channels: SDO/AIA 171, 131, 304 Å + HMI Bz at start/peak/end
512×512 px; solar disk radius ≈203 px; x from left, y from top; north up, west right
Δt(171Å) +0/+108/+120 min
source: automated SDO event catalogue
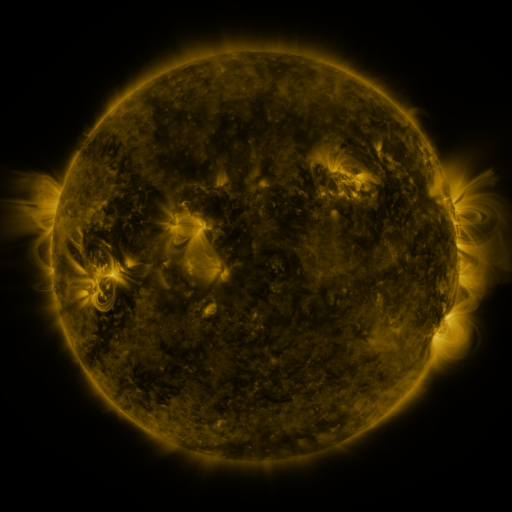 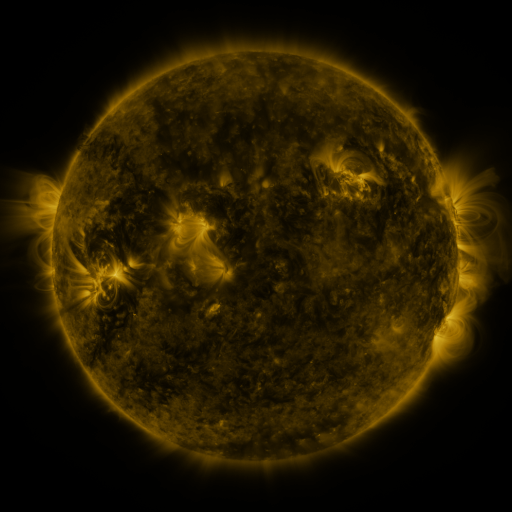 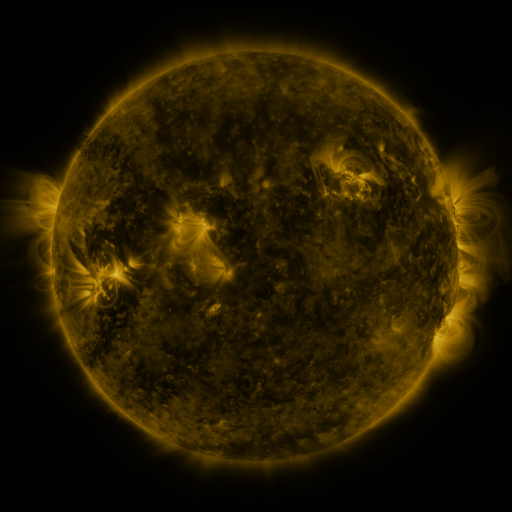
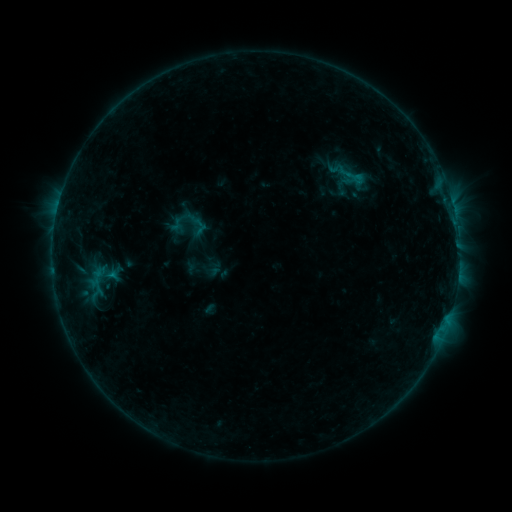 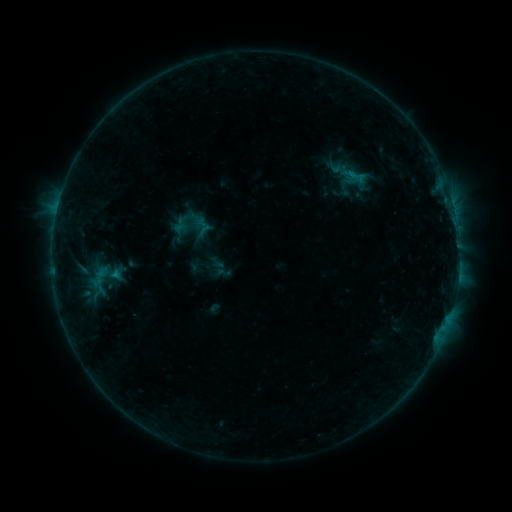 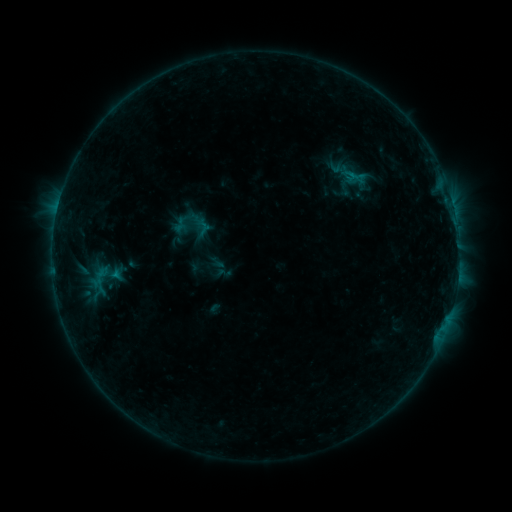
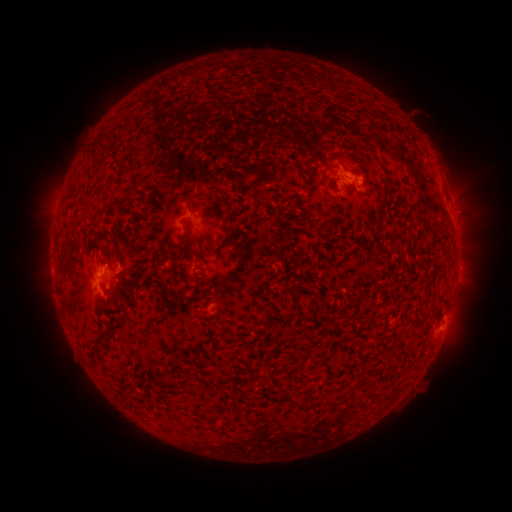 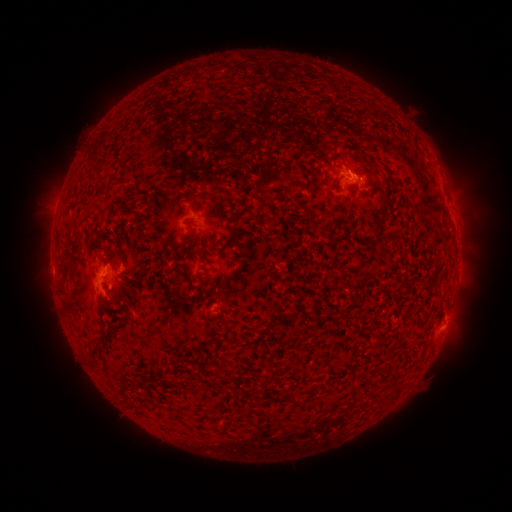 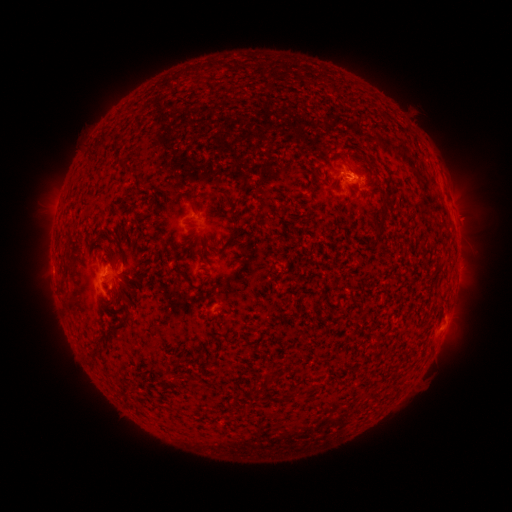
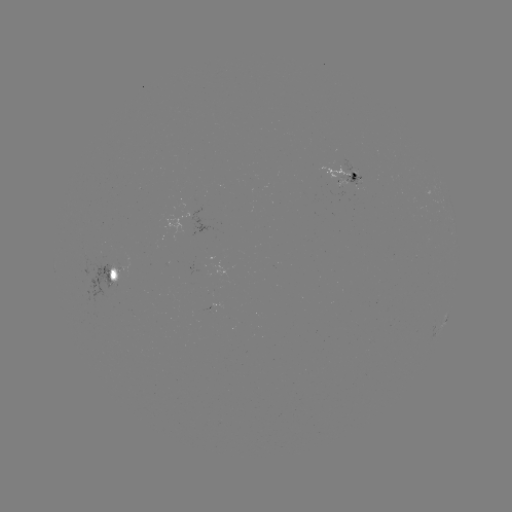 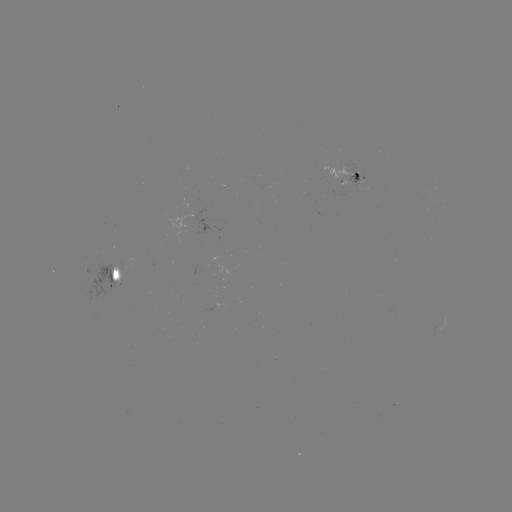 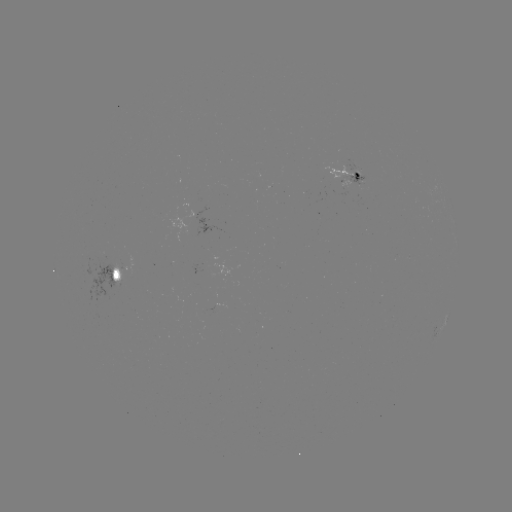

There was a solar emerging-flux region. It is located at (341, 180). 